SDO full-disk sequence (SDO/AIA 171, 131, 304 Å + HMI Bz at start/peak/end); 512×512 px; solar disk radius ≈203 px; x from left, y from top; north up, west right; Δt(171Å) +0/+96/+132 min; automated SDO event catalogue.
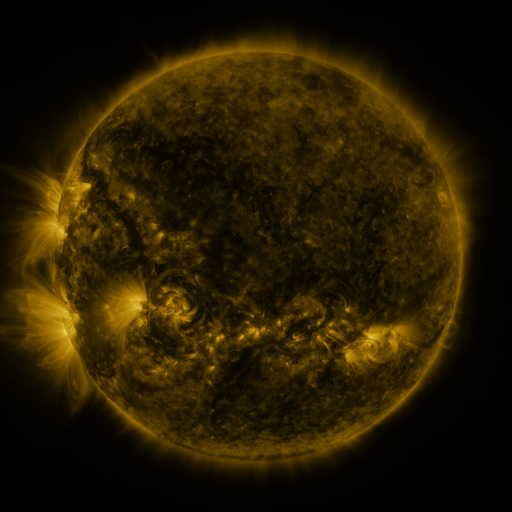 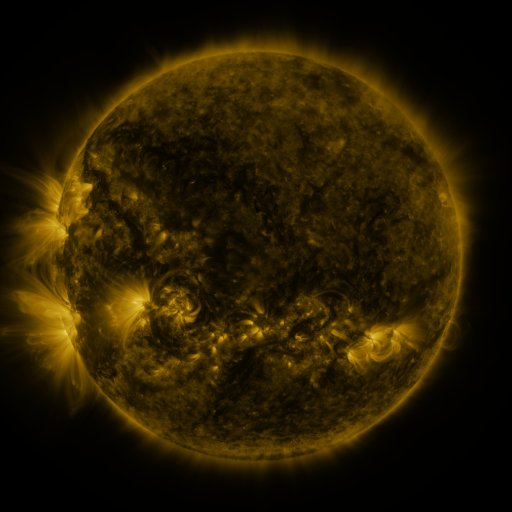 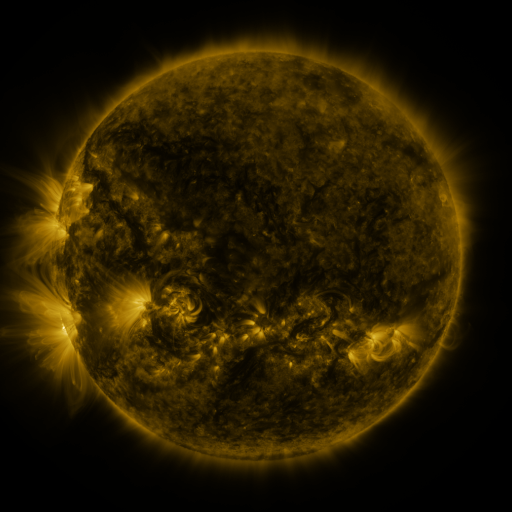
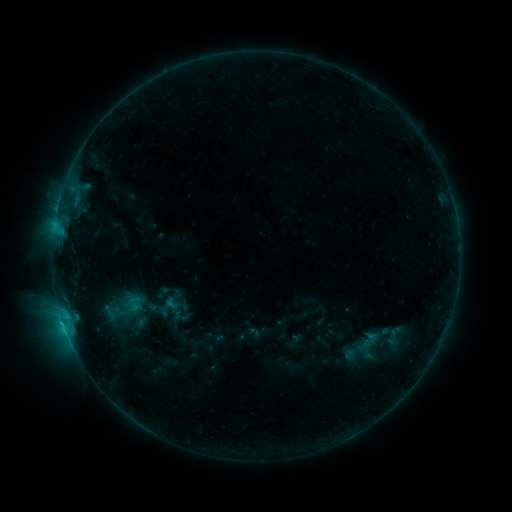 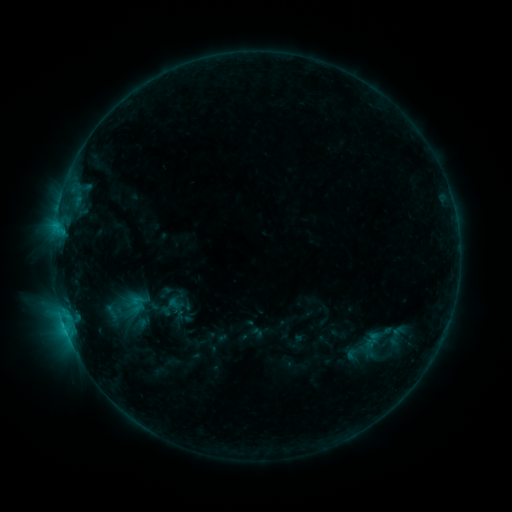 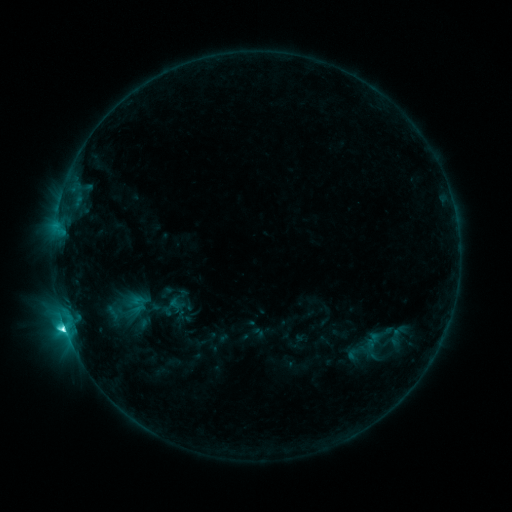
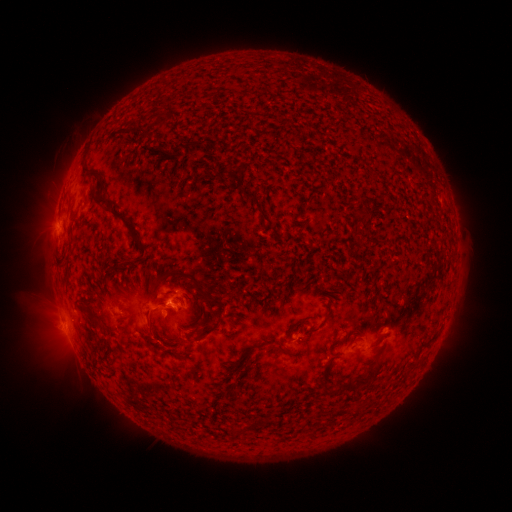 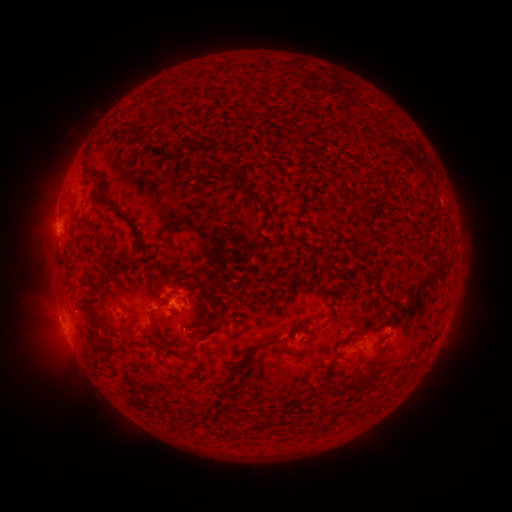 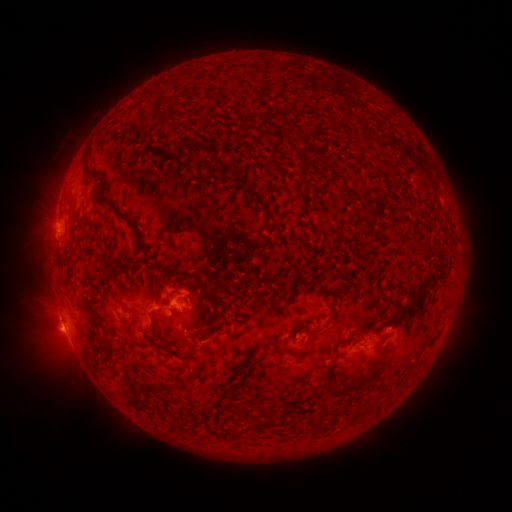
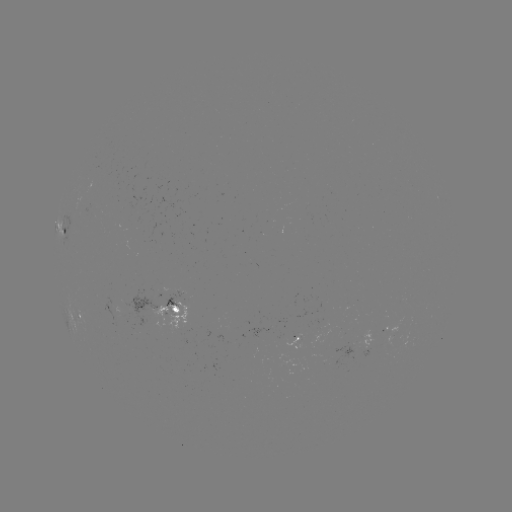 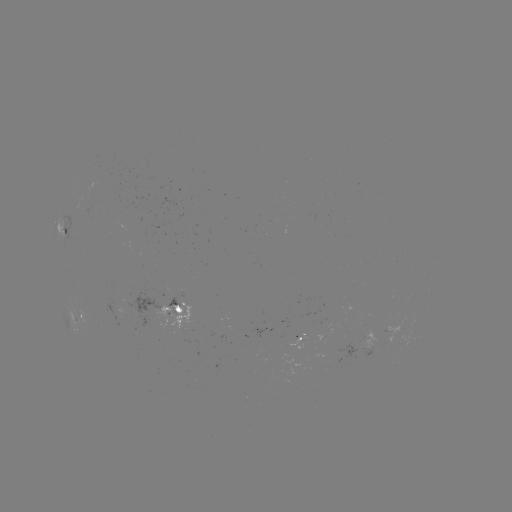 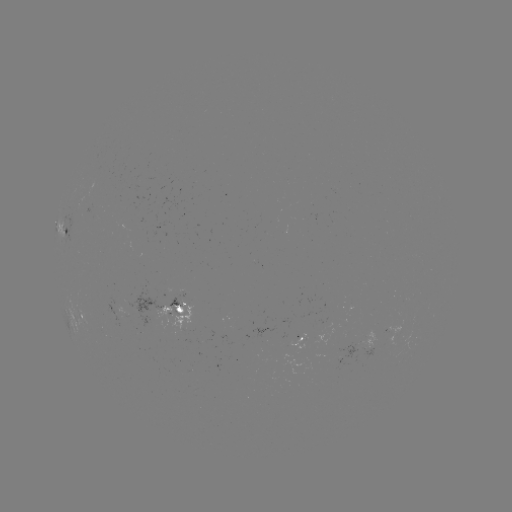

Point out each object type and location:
emerging-flux region: (93, 213)
